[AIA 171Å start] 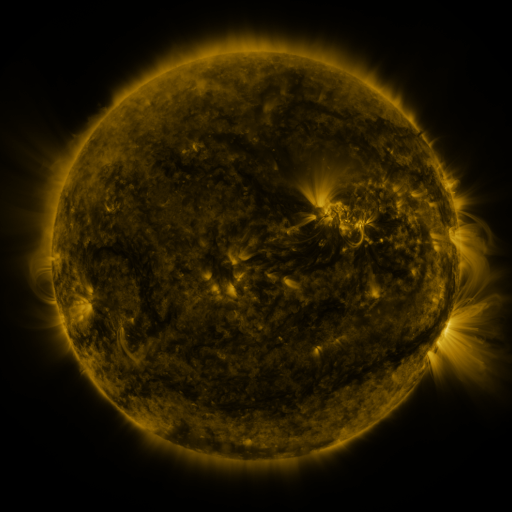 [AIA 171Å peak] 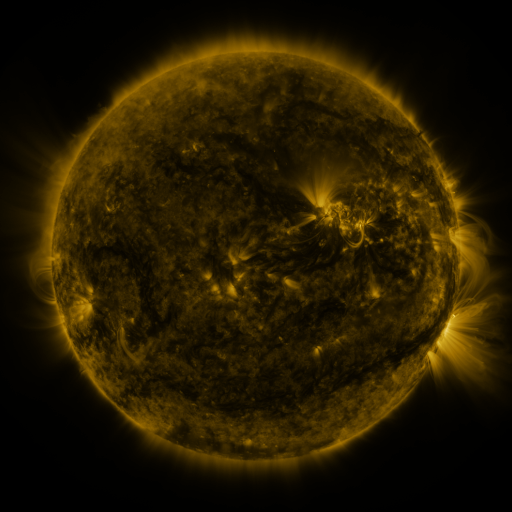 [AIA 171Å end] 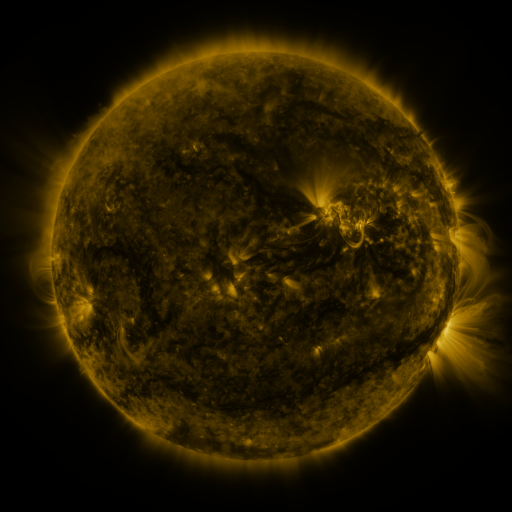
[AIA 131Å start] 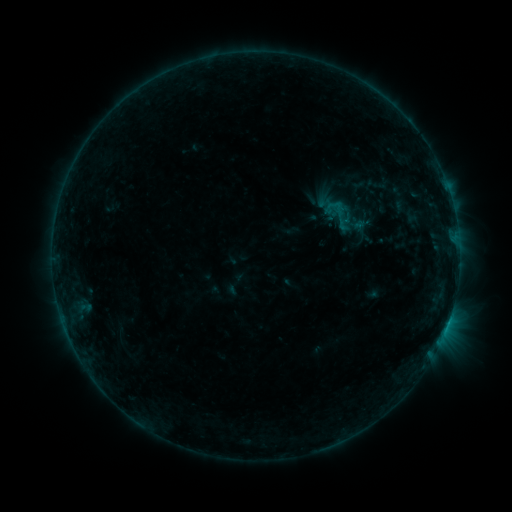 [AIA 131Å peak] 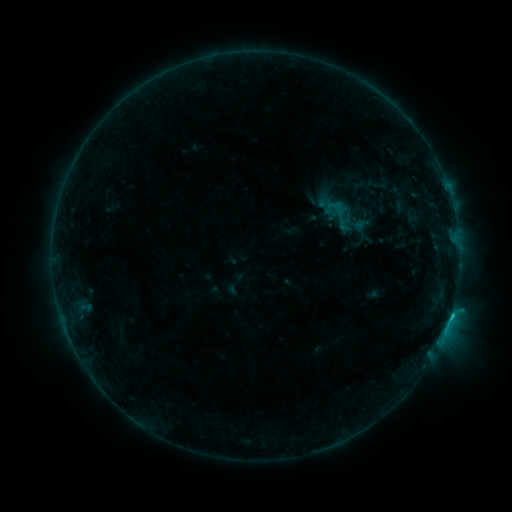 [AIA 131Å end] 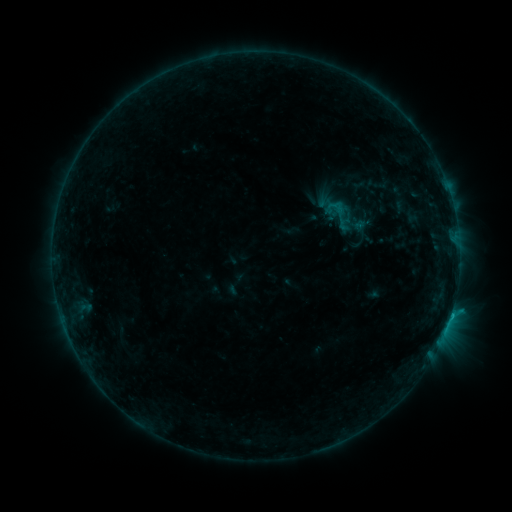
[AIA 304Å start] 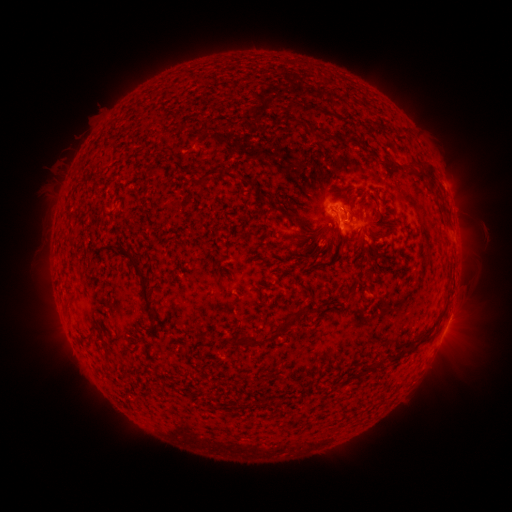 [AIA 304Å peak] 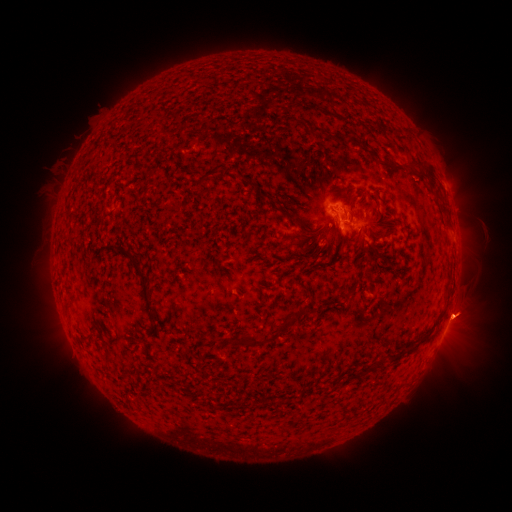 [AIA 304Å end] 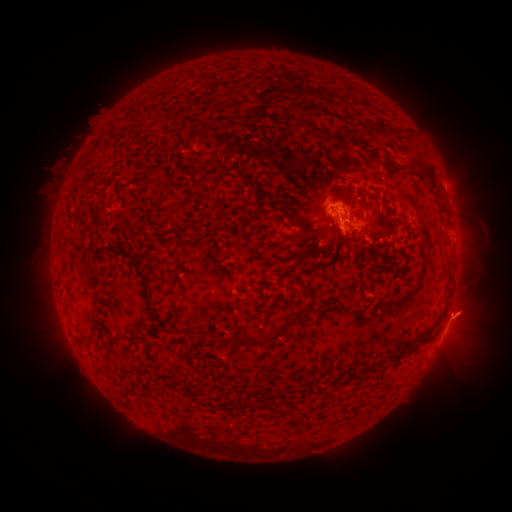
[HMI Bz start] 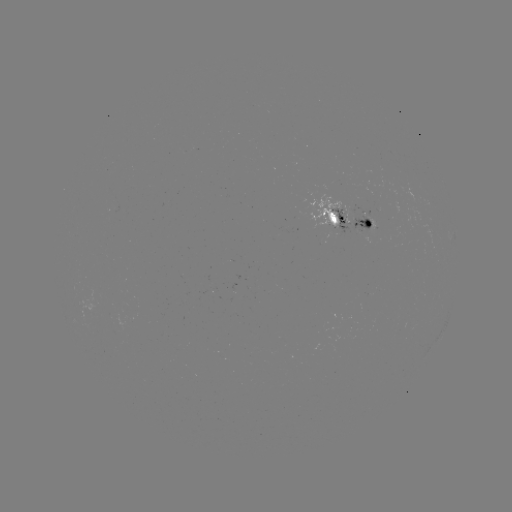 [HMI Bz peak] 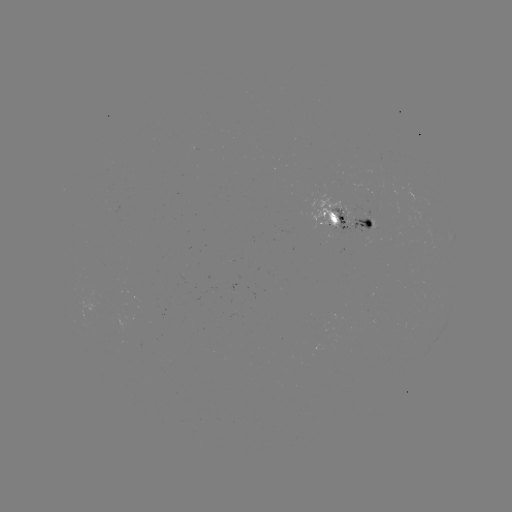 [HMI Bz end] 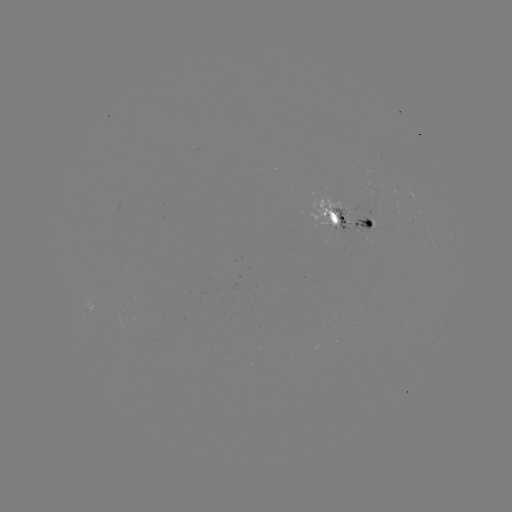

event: flare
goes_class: B9.7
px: (448, 313)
